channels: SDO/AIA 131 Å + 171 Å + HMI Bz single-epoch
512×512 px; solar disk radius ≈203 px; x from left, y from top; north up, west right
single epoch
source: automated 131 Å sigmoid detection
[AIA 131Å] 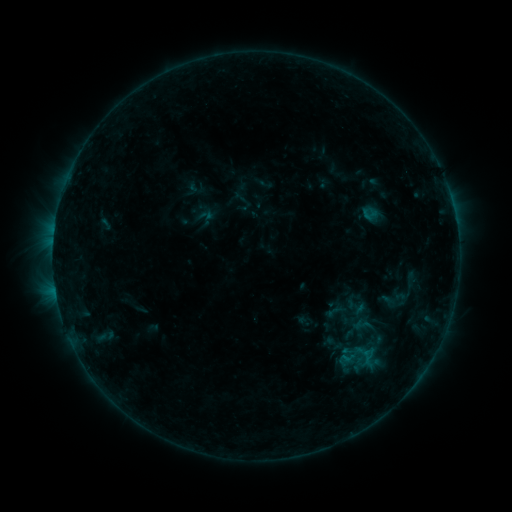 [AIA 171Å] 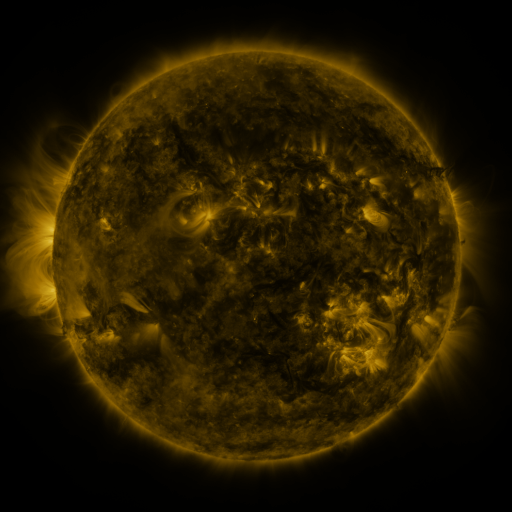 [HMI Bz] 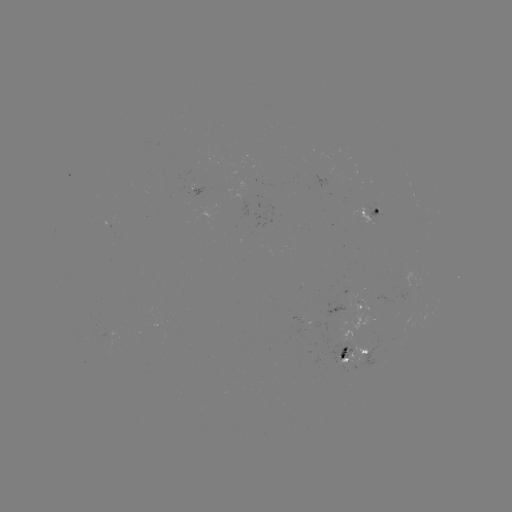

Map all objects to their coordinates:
sigmoid: <bbox>345, 296, 368, 318</bbox>
sigmoid: <bbox>323, 299, 347, 323</bbox>
